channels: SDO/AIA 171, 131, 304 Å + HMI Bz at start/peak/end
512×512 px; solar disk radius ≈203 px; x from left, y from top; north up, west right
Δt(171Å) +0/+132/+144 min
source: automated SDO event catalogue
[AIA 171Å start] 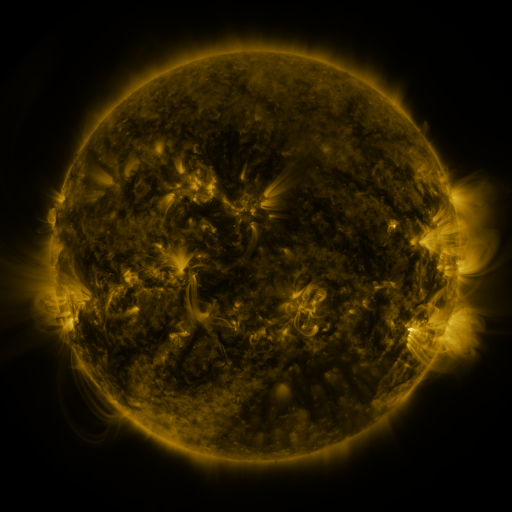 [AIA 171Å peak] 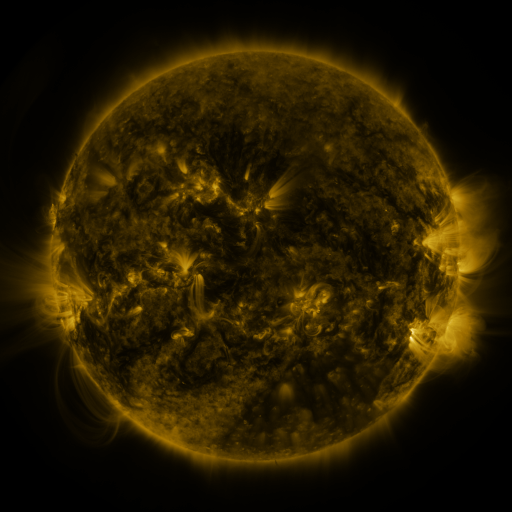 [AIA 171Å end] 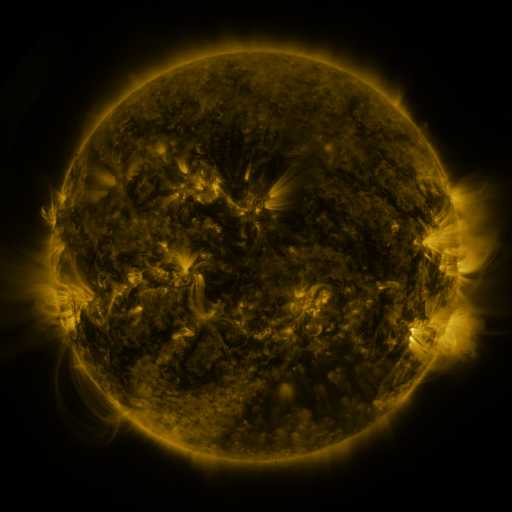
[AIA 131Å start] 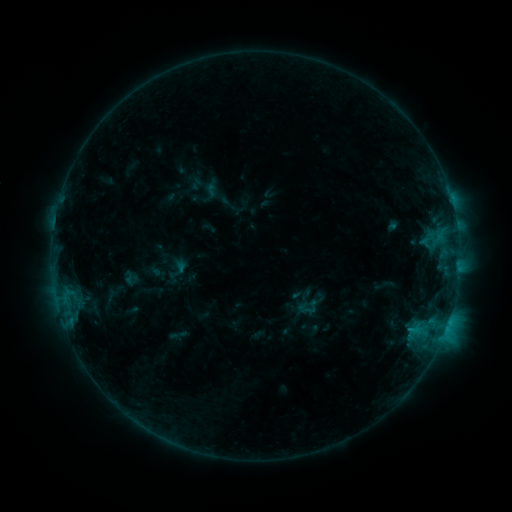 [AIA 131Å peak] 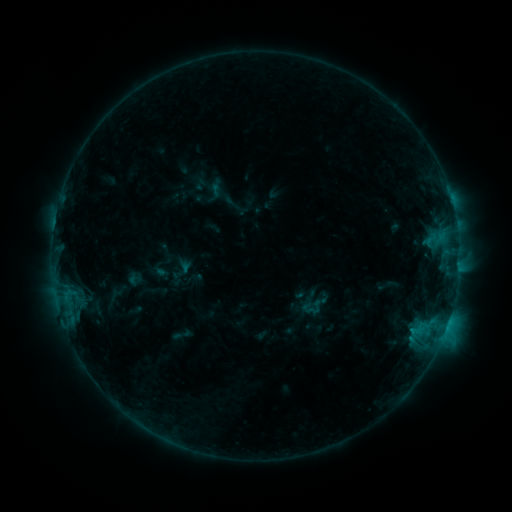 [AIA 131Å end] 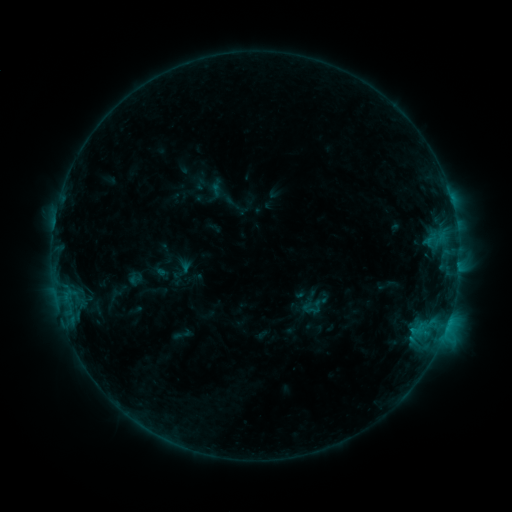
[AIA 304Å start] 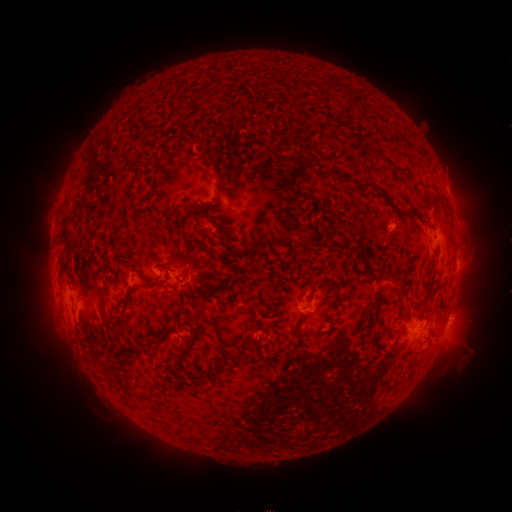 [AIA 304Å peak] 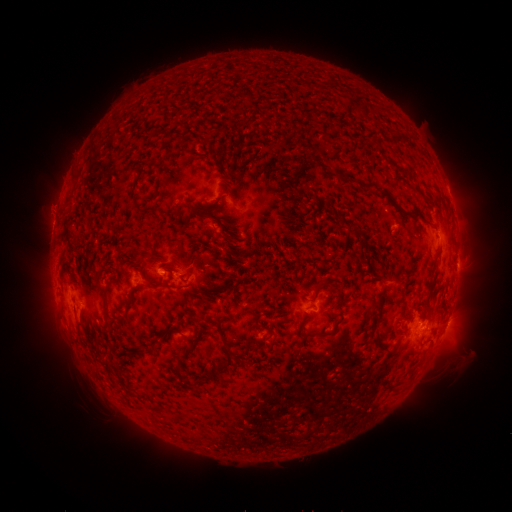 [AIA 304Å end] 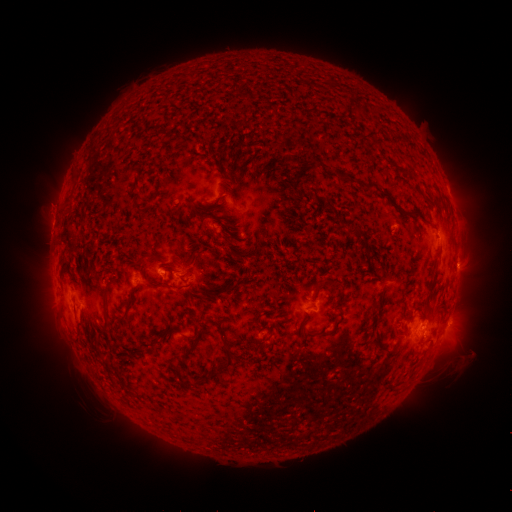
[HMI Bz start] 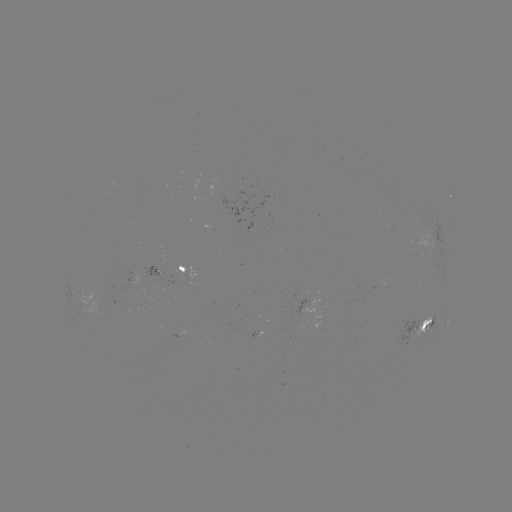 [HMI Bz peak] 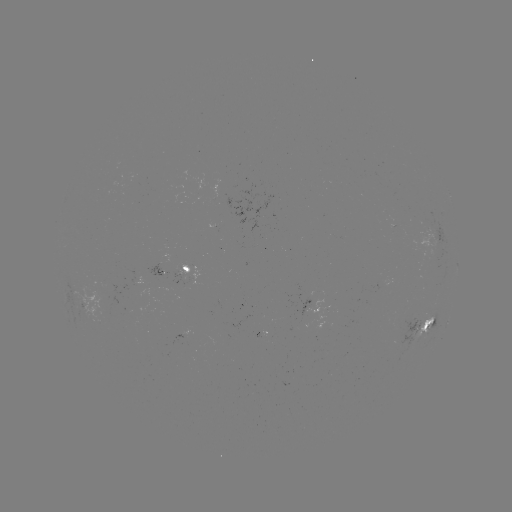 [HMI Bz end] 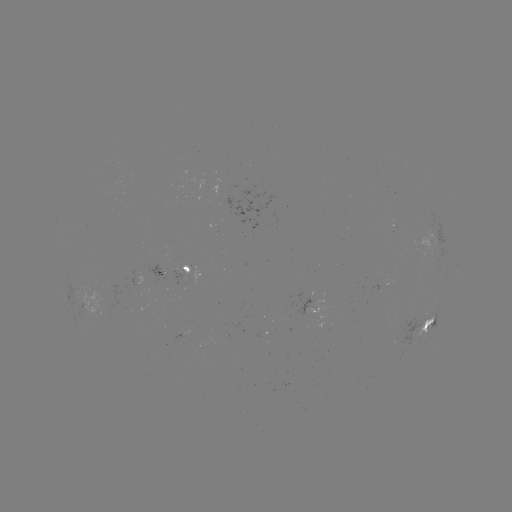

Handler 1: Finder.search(emerging-flux region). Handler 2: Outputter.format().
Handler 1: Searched emerging-flux region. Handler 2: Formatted [160, 272].